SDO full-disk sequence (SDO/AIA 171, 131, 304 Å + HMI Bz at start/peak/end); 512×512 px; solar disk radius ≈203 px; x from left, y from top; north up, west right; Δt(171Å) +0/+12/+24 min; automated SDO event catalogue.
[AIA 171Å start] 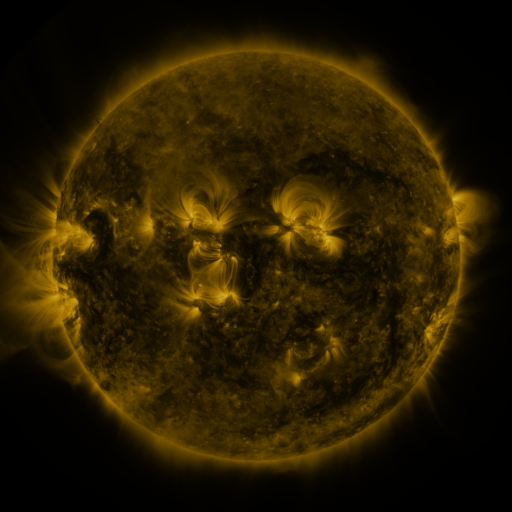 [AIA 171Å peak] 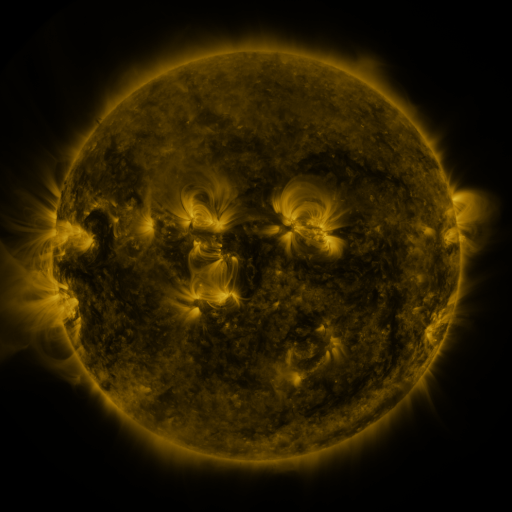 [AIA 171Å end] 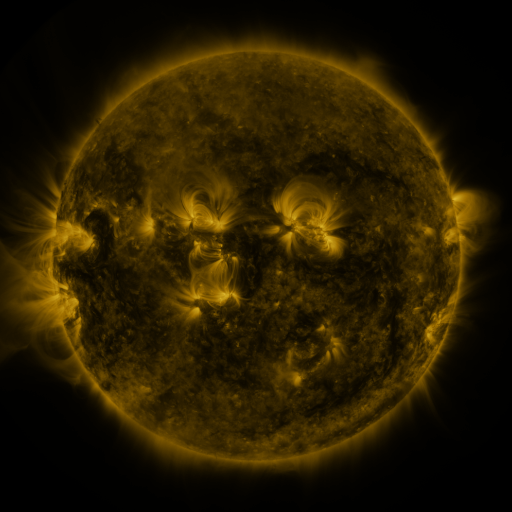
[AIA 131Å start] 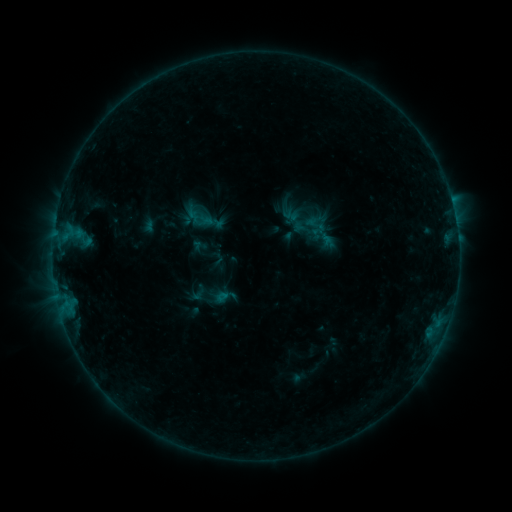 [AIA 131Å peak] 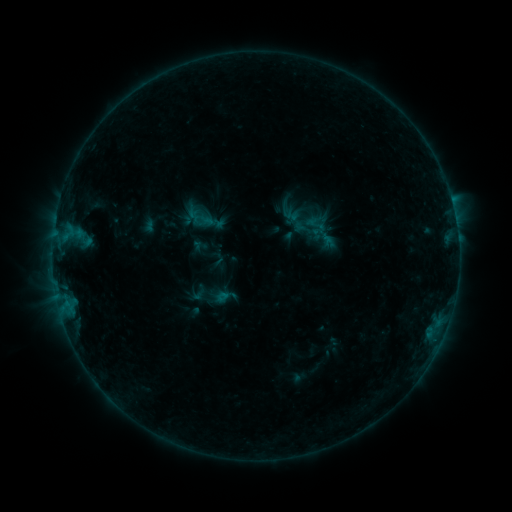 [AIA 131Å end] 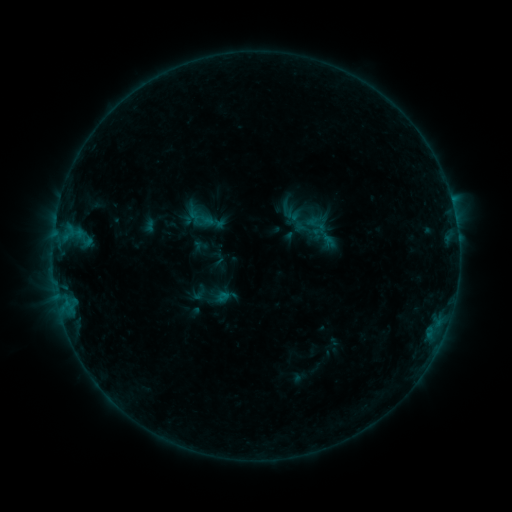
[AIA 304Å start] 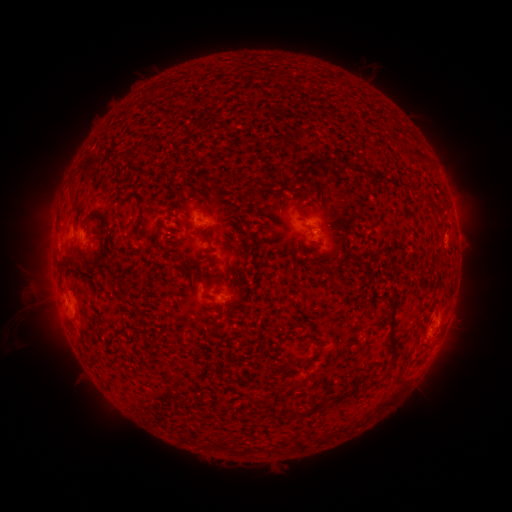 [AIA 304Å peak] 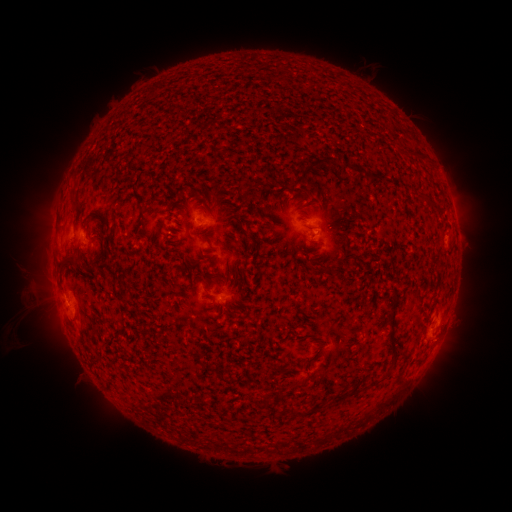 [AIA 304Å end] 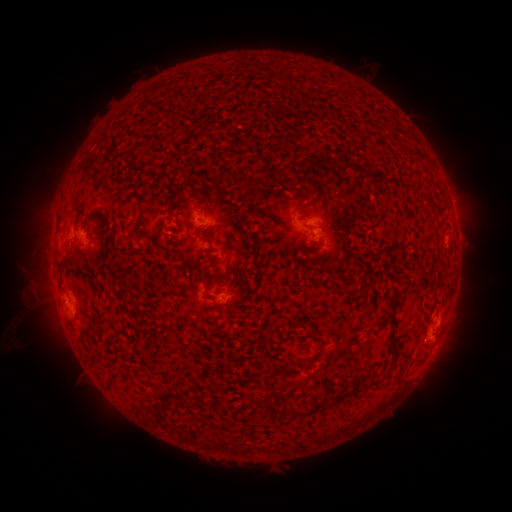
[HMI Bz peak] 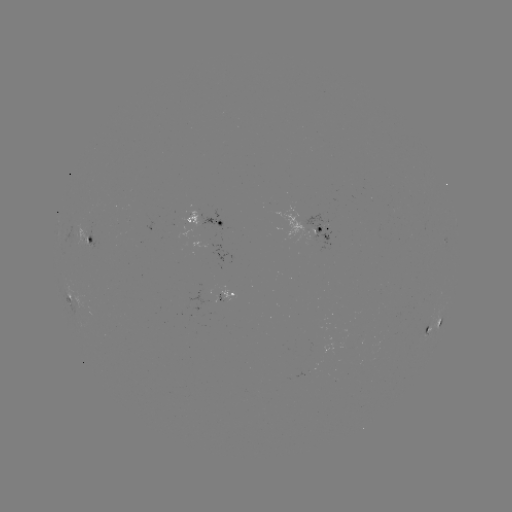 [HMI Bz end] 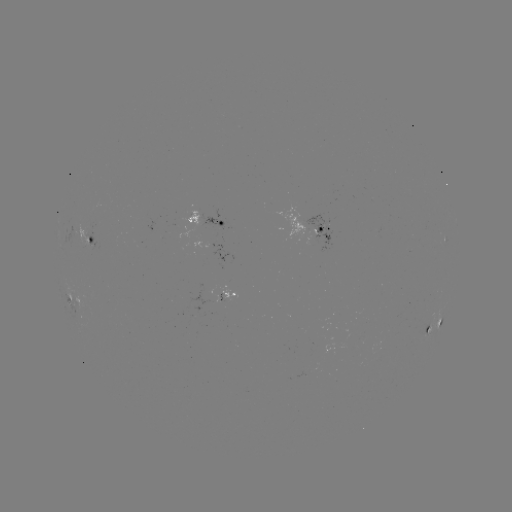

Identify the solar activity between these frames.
no flare in any classed list; no EUV-trigger detection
